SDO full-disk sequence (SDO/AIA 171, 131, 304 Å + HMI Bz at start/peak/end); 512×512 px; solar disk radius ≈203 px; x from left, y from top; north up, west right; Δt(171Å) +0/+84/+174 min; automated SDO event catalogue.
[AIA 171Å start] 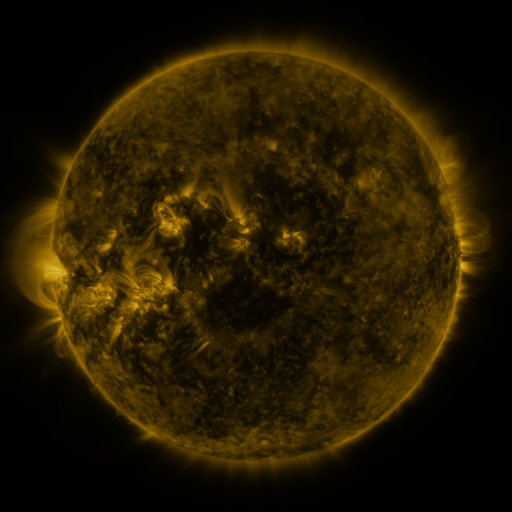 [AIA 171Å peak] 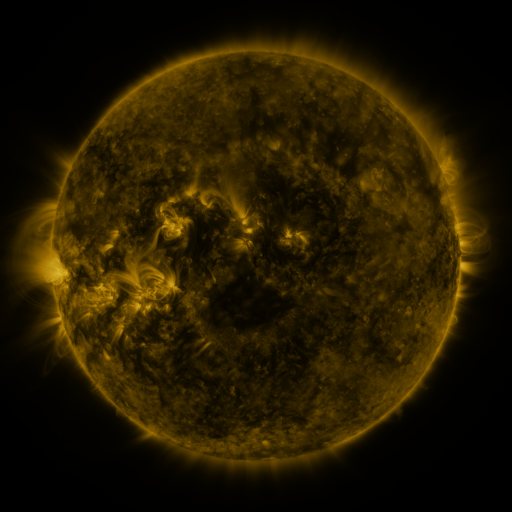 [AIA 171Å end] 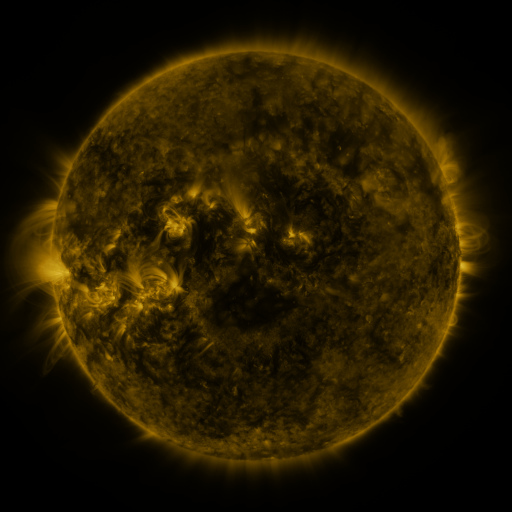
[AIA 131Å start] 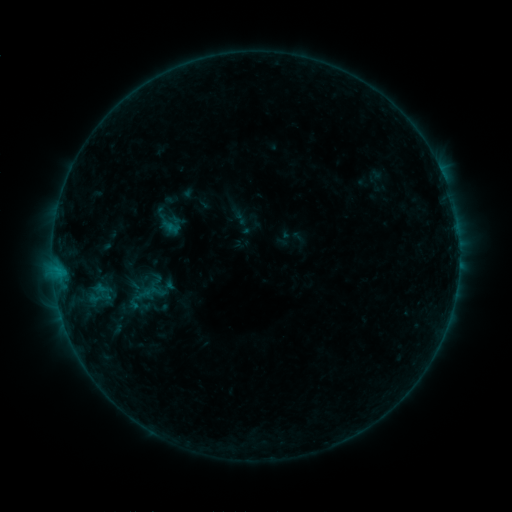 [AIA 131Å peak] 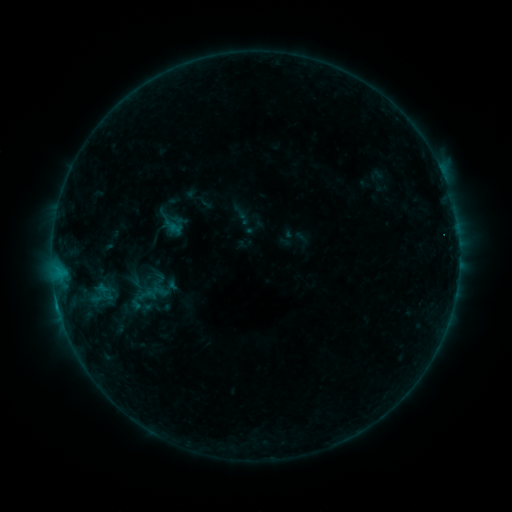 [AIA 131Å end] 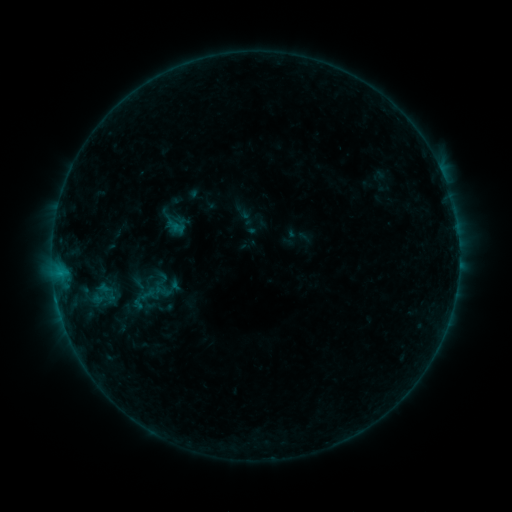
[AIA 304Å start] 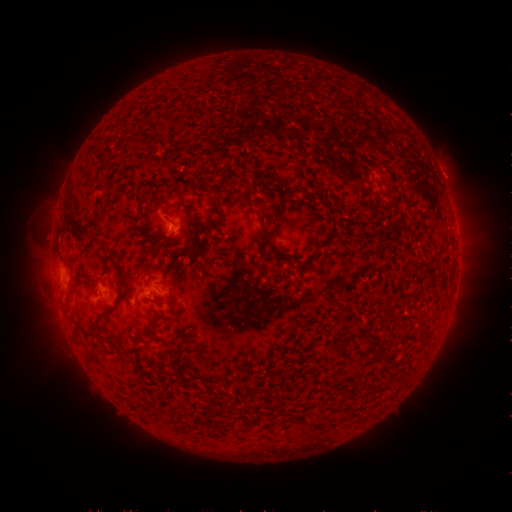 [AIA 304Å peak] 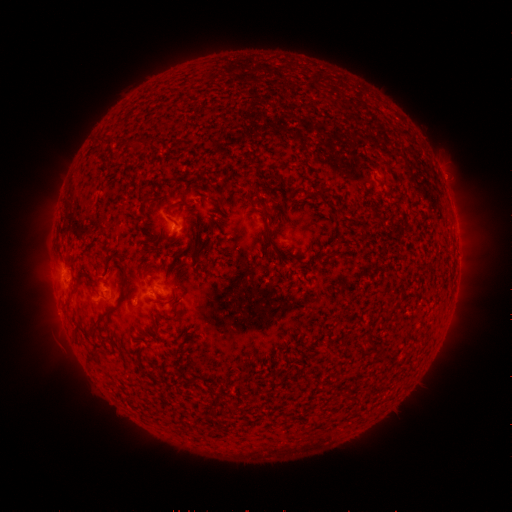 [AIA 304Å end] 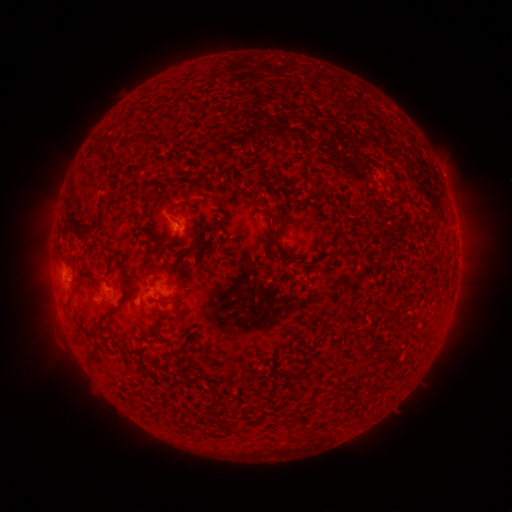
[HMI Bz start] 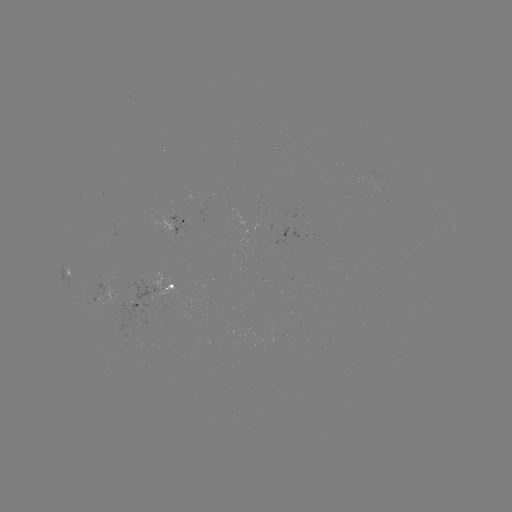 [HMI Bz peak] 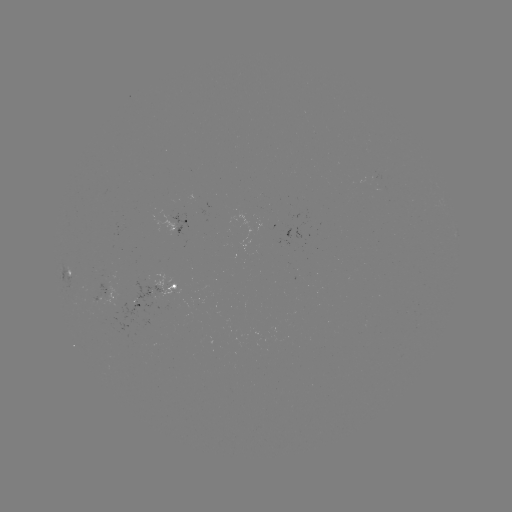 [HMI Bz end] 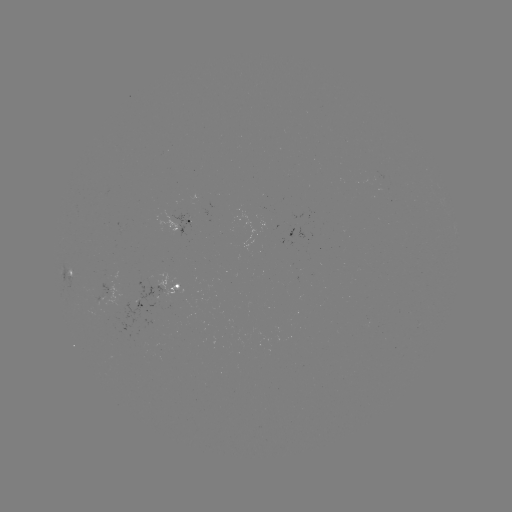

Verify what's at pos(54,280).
B4.8 flare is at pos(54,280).